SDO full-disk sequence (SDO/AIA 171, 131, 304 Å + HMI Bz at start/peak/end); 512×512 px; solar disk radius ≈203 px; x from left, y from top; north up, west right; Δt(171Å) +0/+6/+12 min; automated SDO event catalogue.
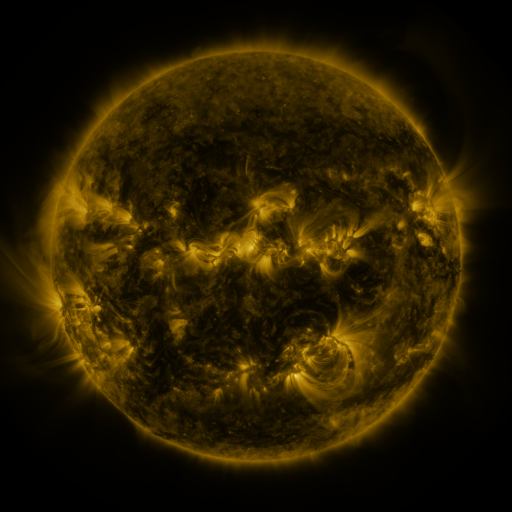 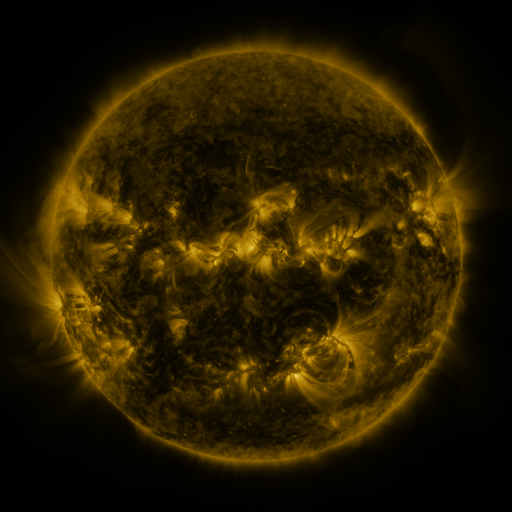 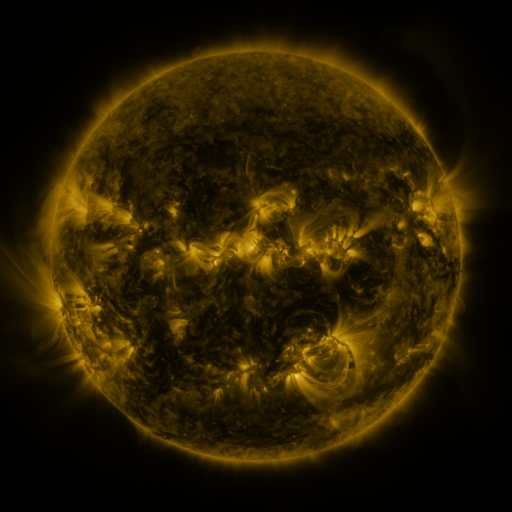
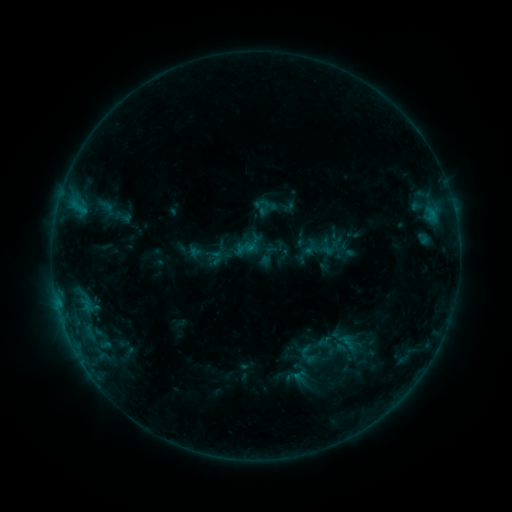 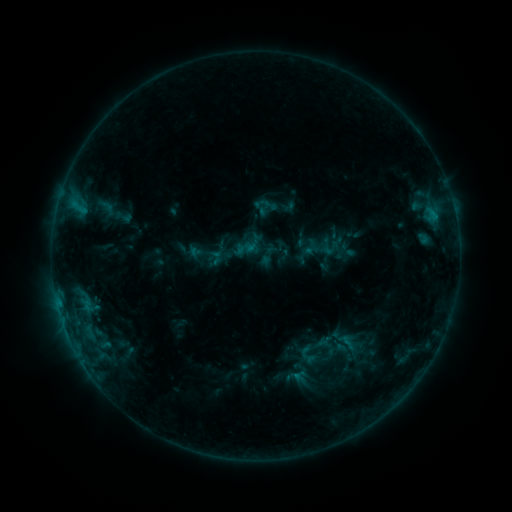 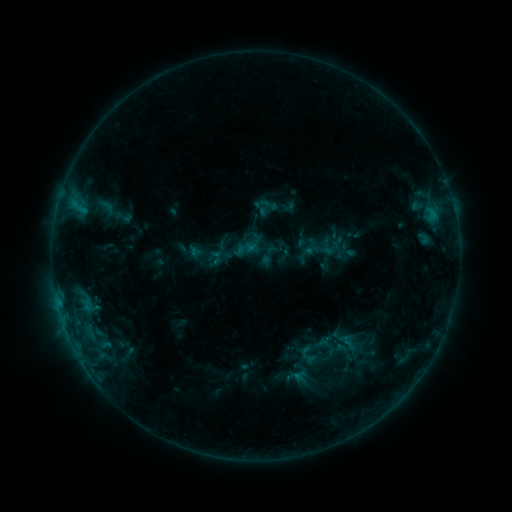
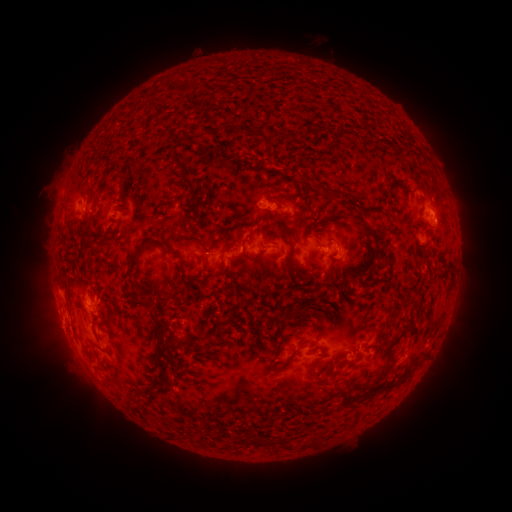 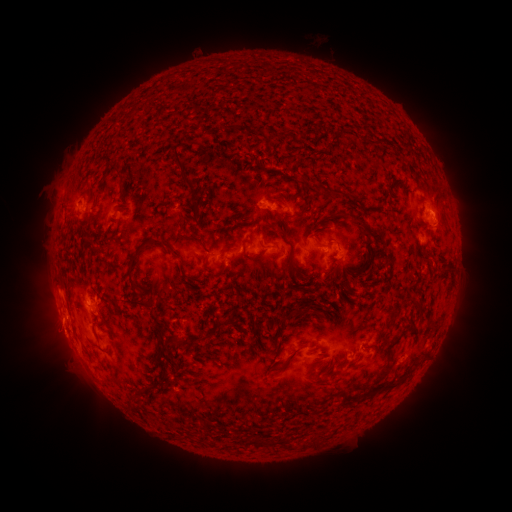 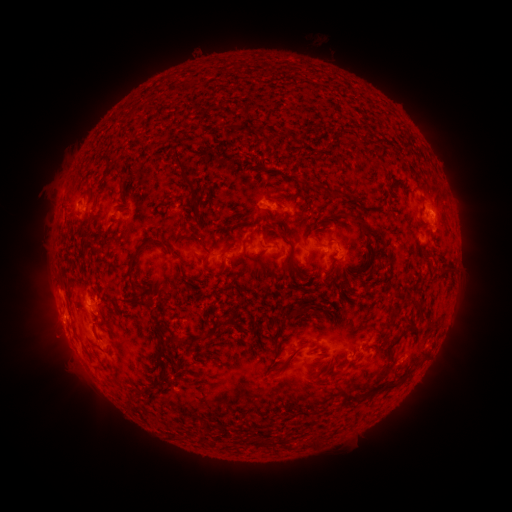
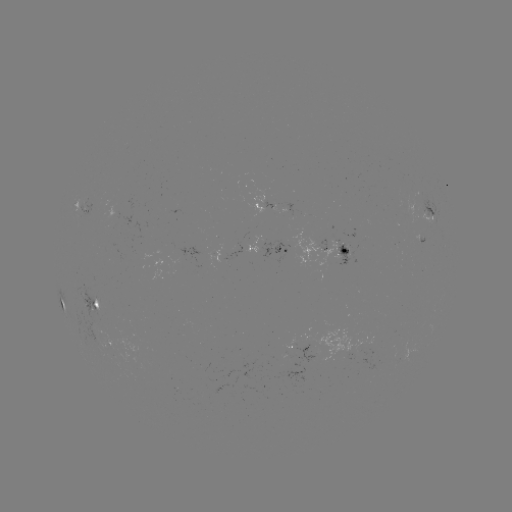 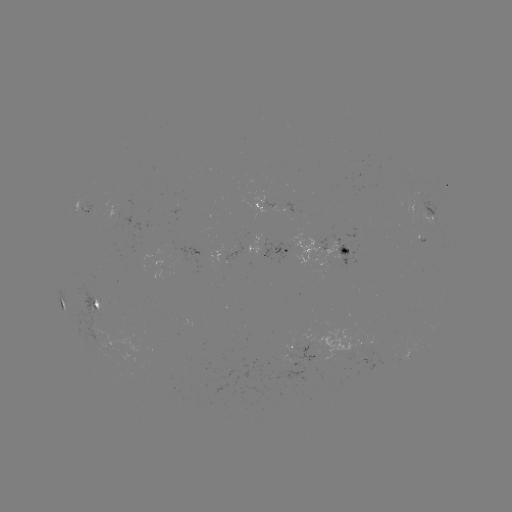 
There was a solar eruption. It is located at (59, 340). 